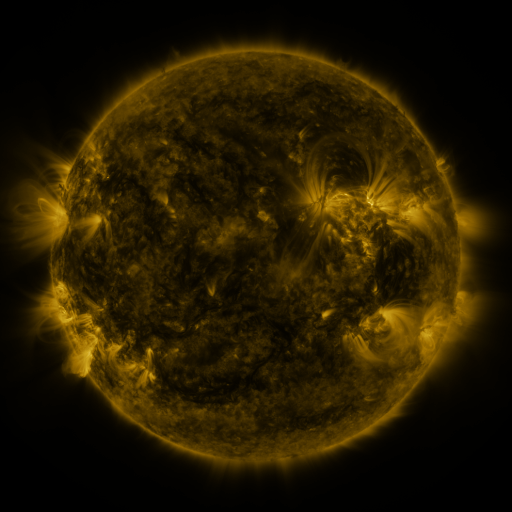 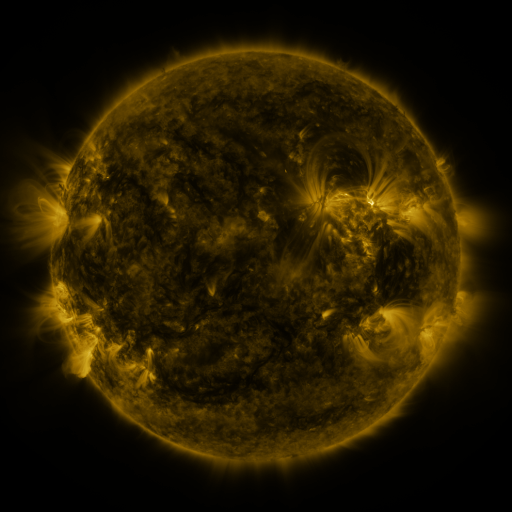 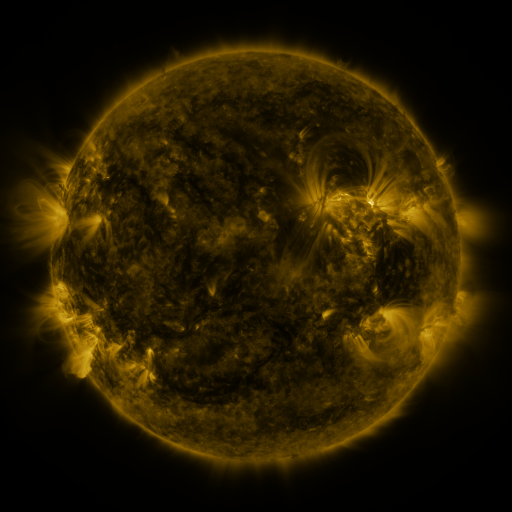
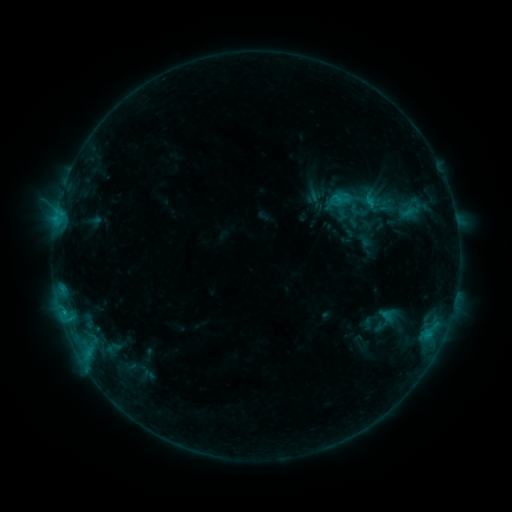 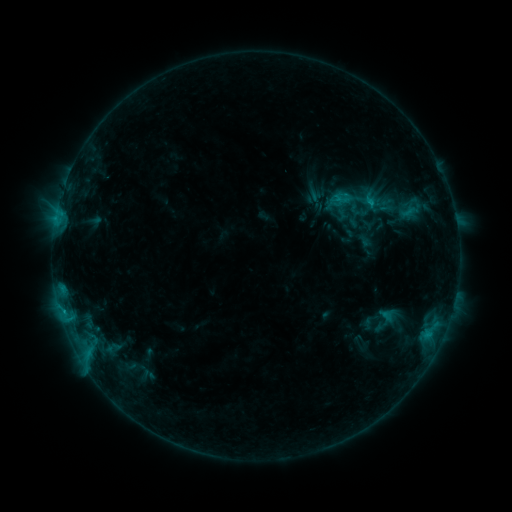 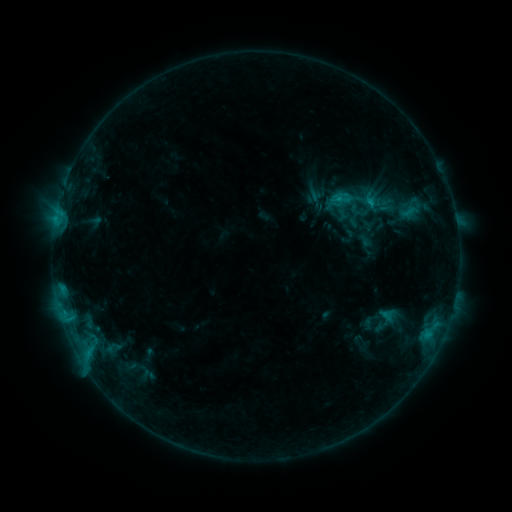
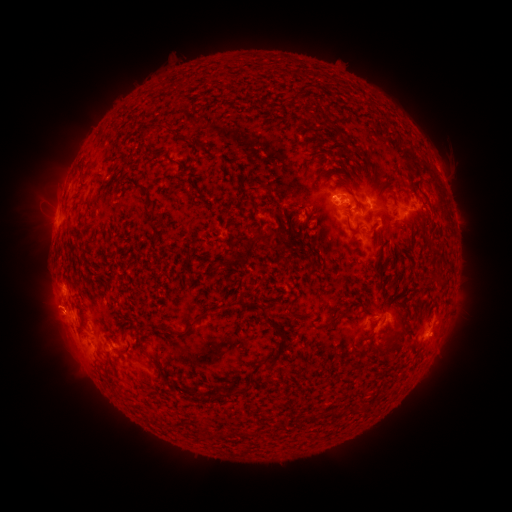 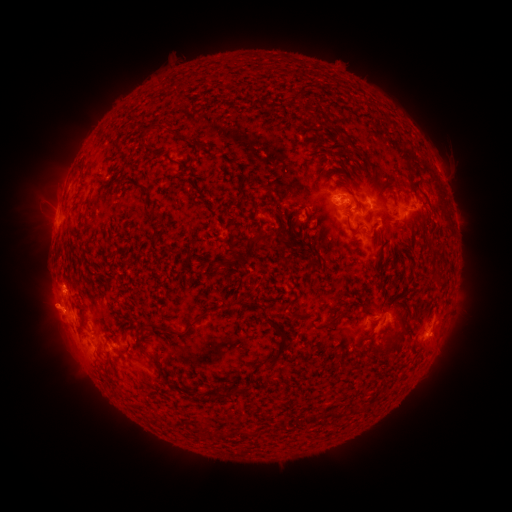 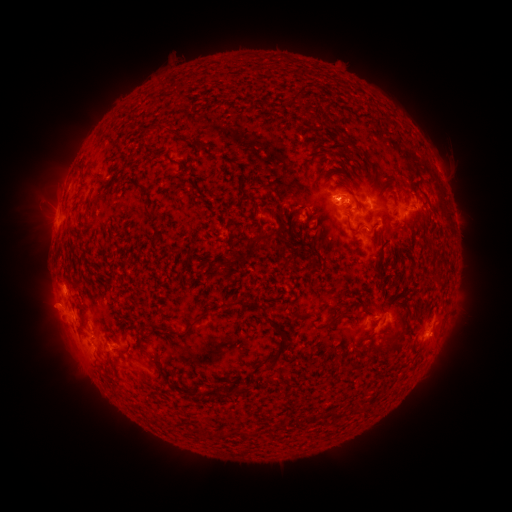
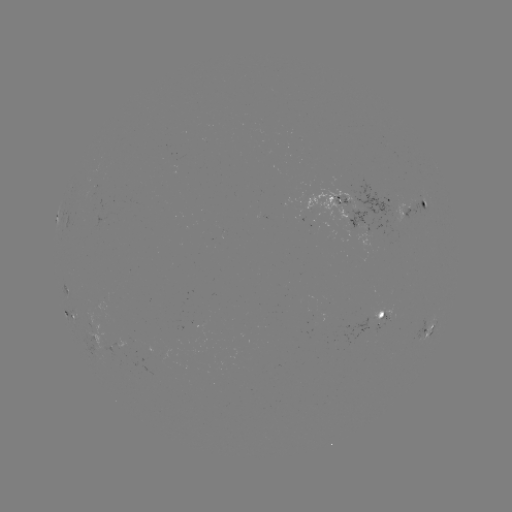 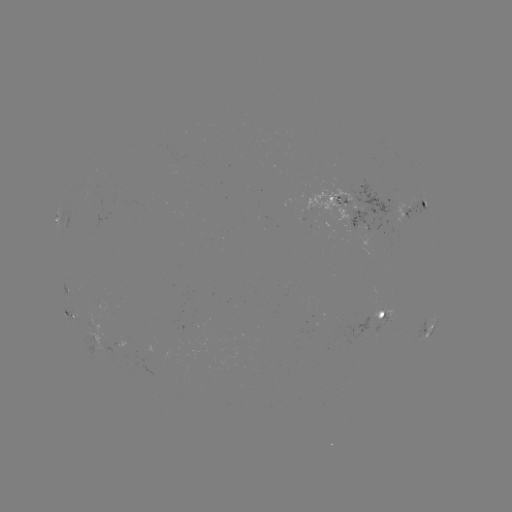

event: eruption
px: (49, 308)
